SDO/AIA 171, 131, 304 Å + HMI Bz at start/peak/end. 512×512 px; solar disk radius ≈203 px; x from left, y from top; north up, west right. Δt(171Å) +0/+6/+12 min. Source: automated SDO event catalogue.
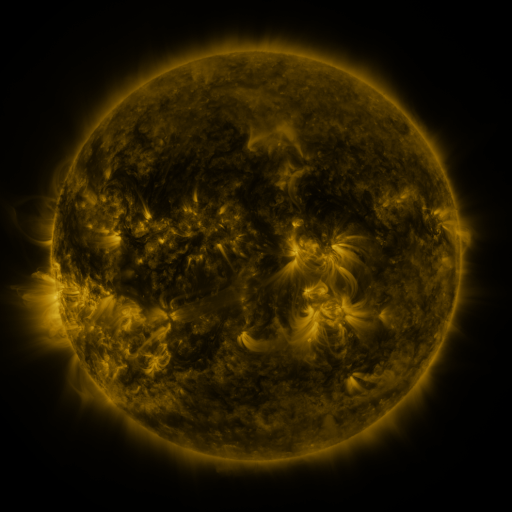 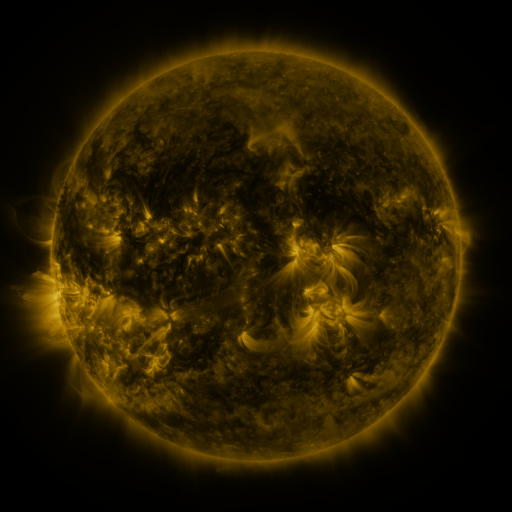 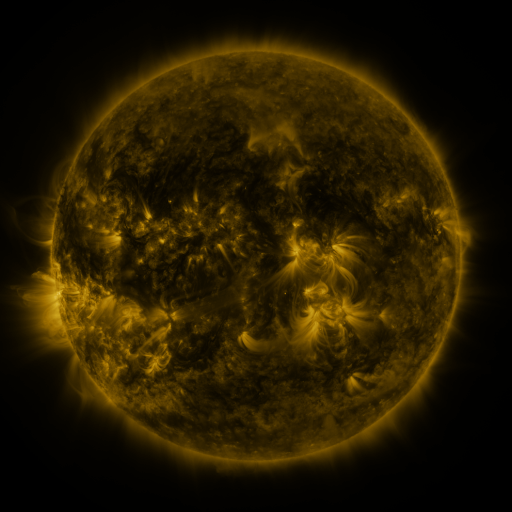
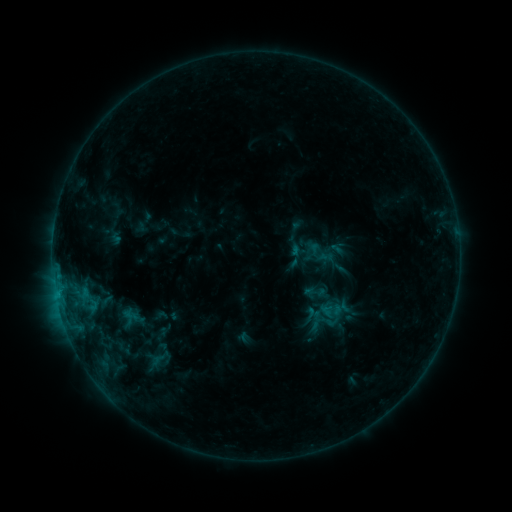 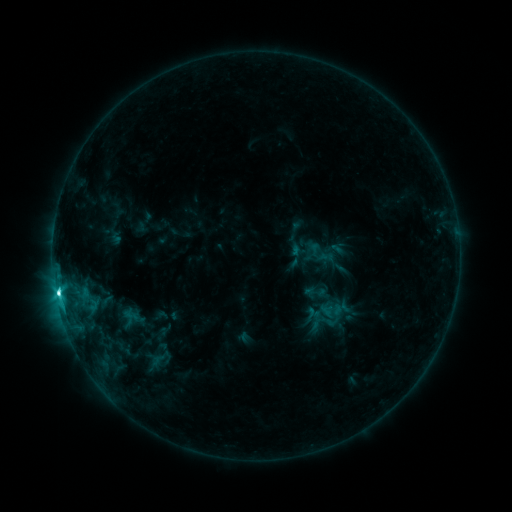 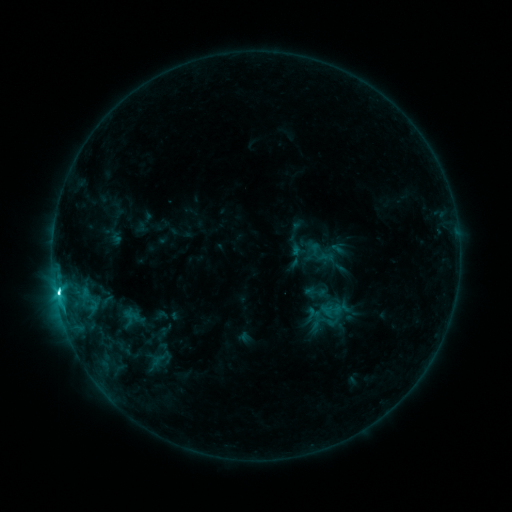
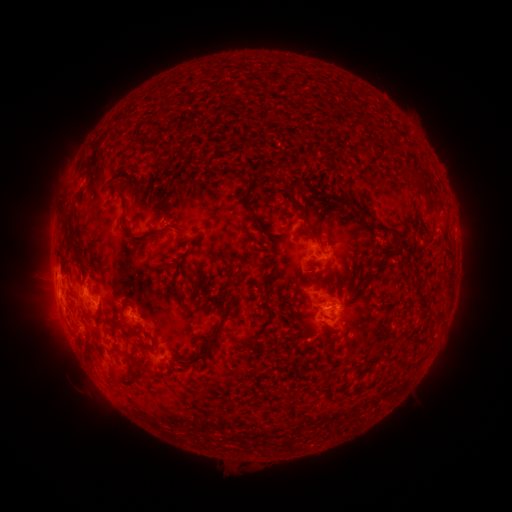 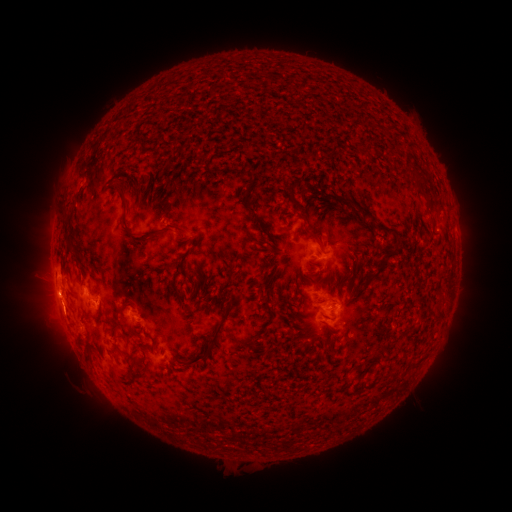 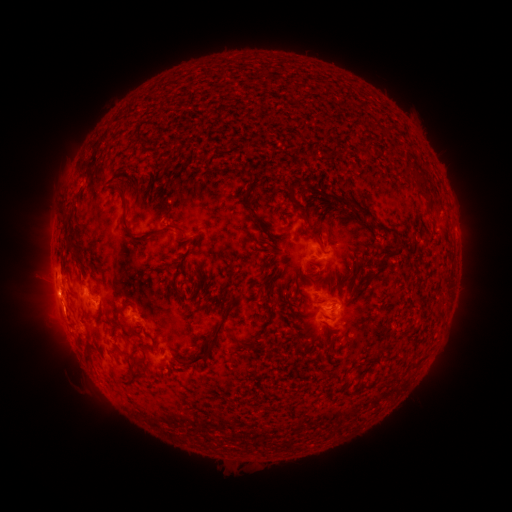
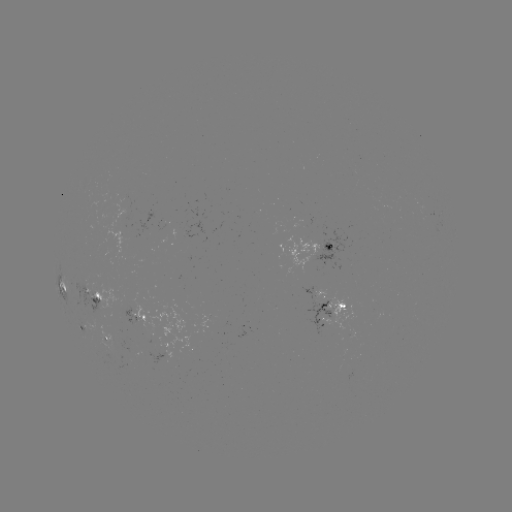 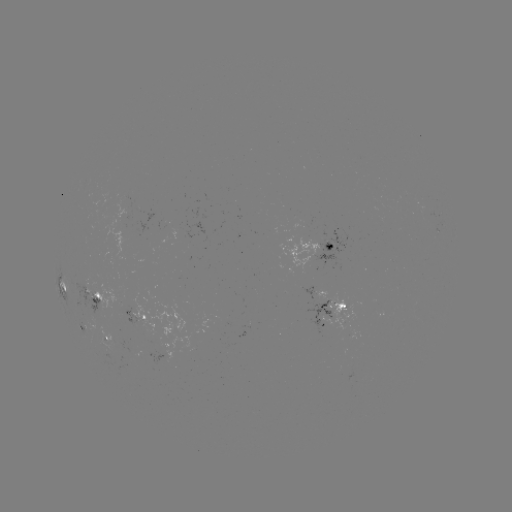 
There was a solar flare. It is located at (58, 291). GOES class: C4.6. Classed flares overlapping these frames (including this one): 1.